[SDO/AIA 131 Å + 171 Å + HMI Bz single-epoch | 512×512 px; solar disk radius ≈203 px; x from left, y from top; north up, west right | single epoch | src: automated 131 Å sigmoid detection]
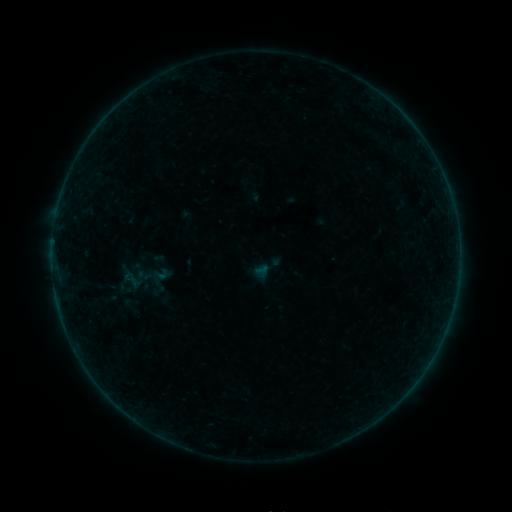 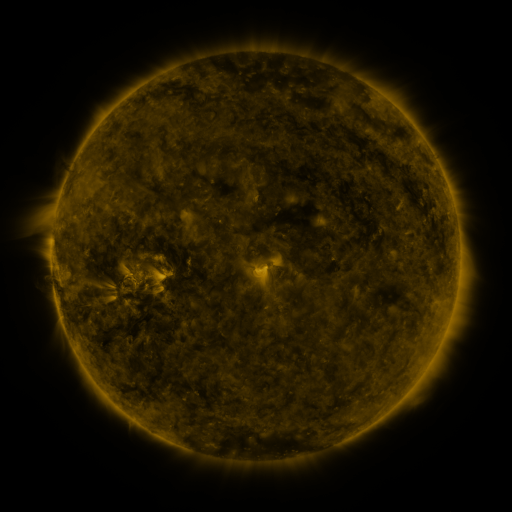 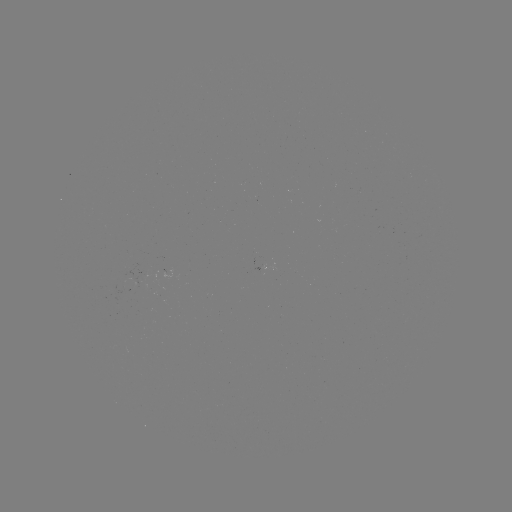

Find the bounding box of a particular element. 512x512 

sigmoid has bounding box [118, 267, 144, 290].